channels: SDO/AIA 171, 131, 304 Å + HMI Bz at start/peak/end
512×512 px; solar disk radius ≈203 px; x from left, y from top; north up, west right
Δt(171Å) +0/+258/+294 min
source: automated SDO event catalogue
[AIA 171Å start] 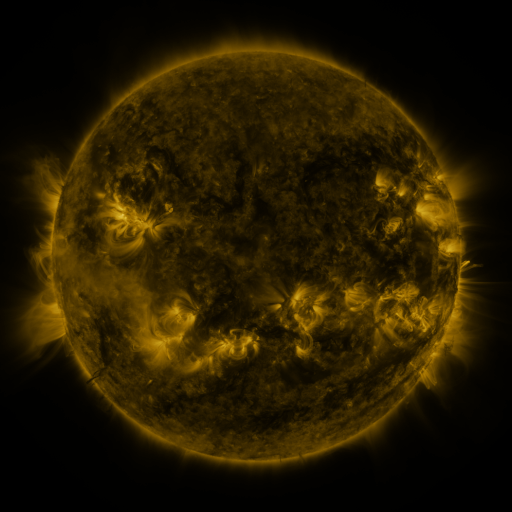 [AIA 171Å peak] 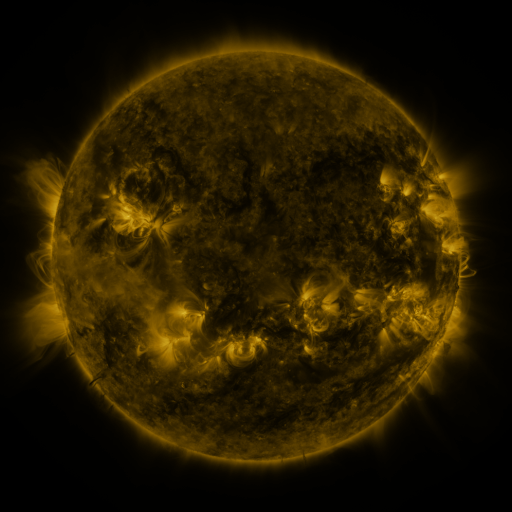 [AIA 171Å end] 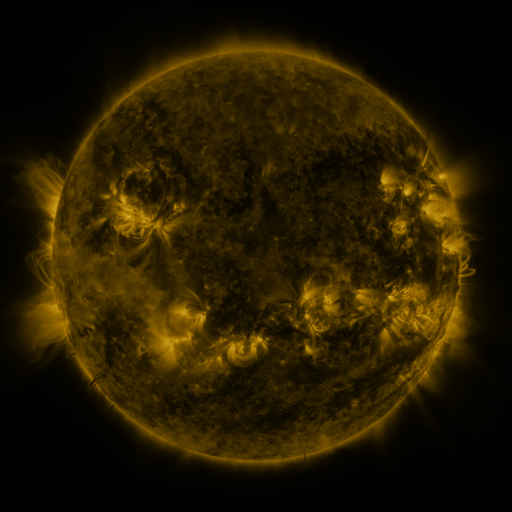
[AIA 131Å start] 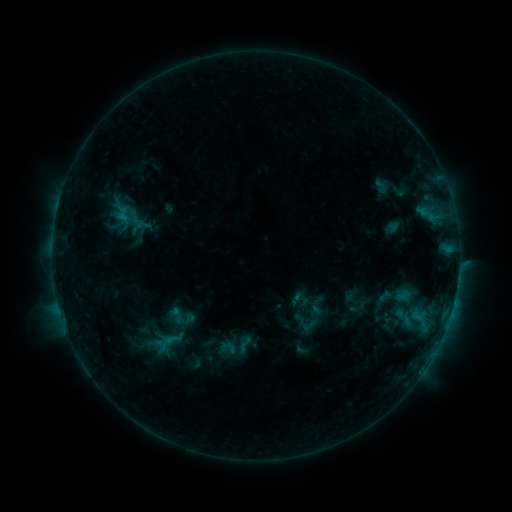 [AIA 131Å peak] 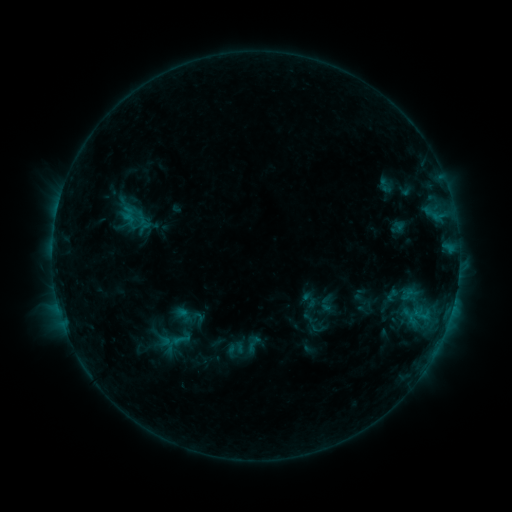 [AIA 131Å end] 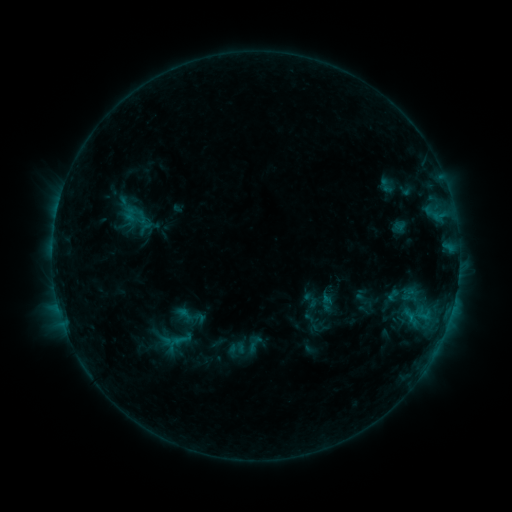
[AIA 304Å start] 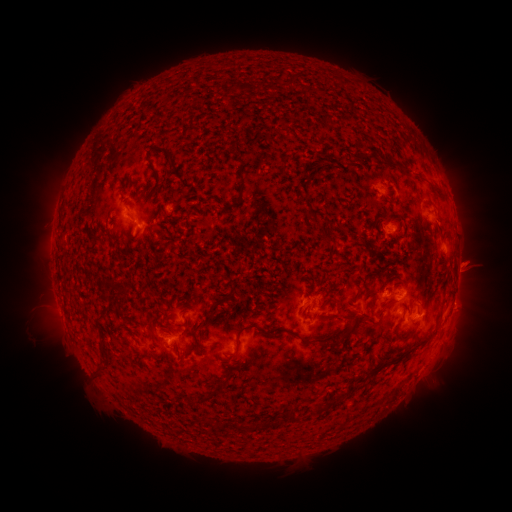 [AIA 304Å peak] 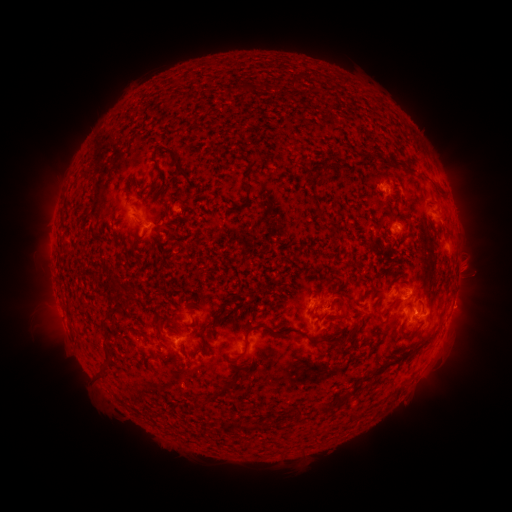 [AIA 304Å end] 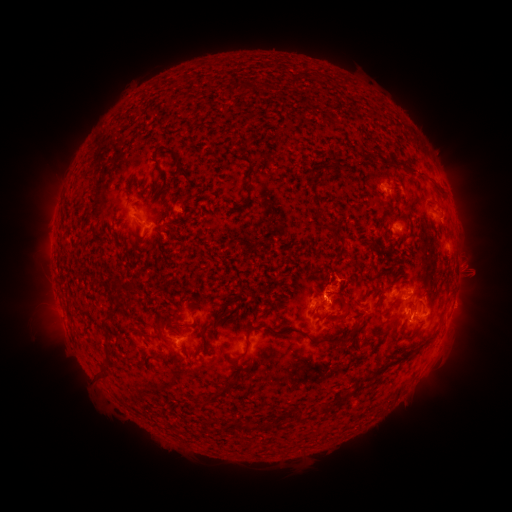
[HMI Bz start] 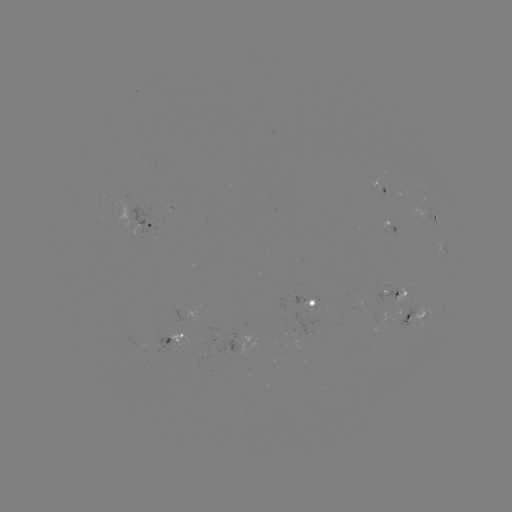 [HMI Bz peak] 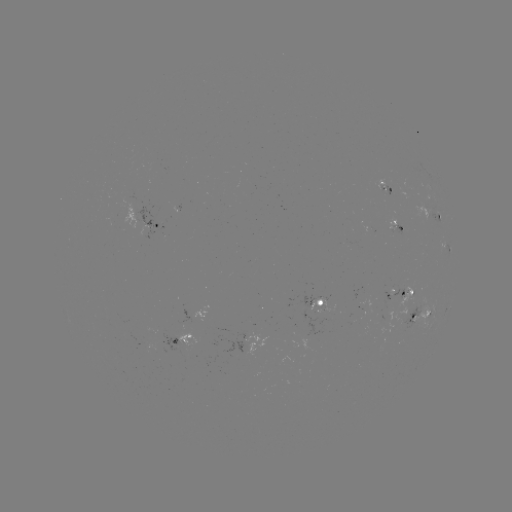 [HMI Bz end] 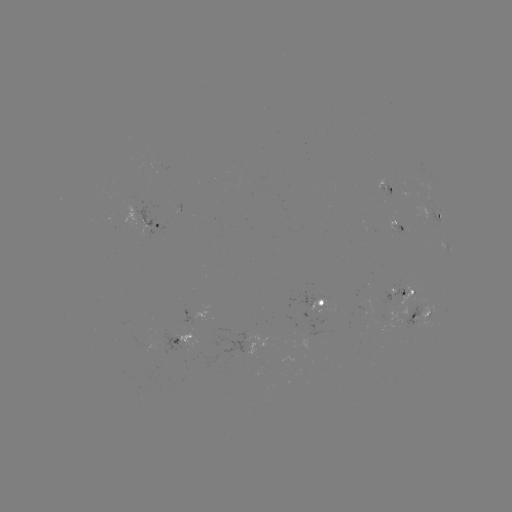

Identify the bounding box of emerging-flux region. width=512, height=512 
[368, 179, 390, 196].